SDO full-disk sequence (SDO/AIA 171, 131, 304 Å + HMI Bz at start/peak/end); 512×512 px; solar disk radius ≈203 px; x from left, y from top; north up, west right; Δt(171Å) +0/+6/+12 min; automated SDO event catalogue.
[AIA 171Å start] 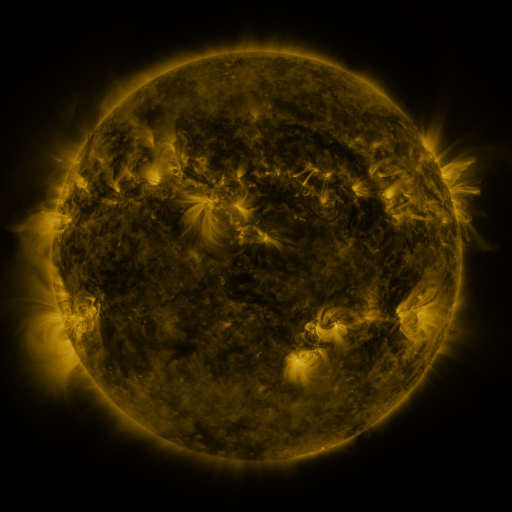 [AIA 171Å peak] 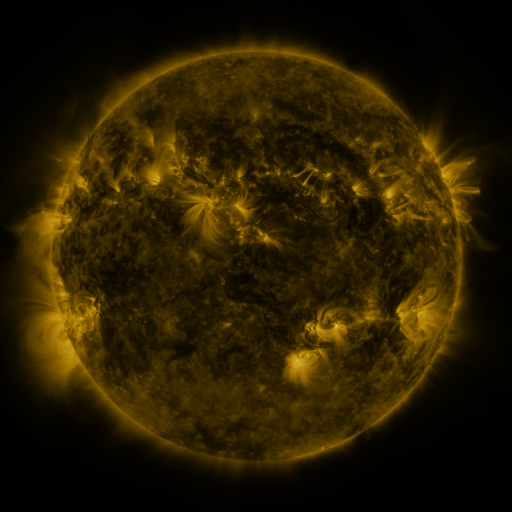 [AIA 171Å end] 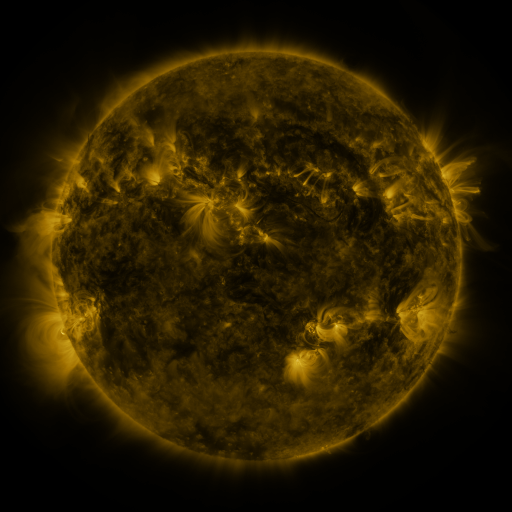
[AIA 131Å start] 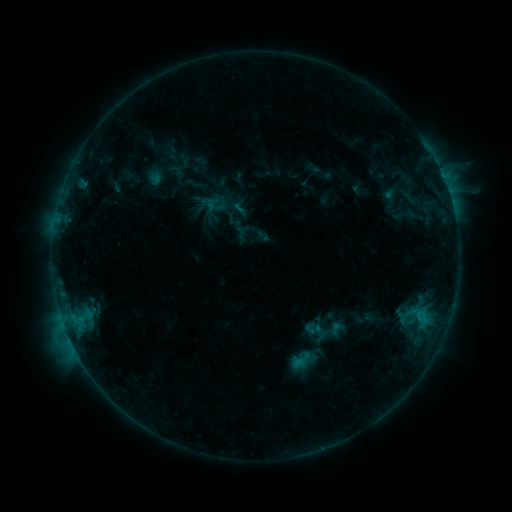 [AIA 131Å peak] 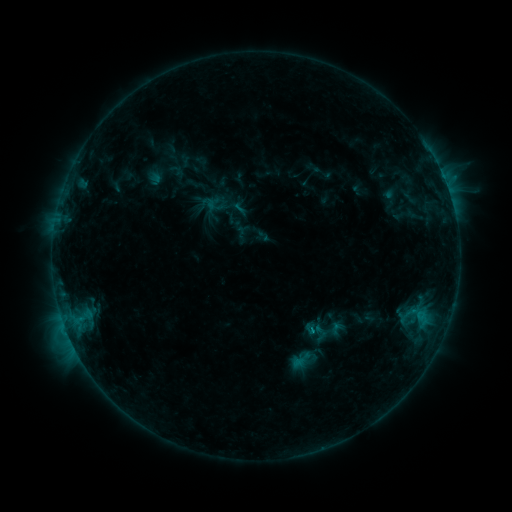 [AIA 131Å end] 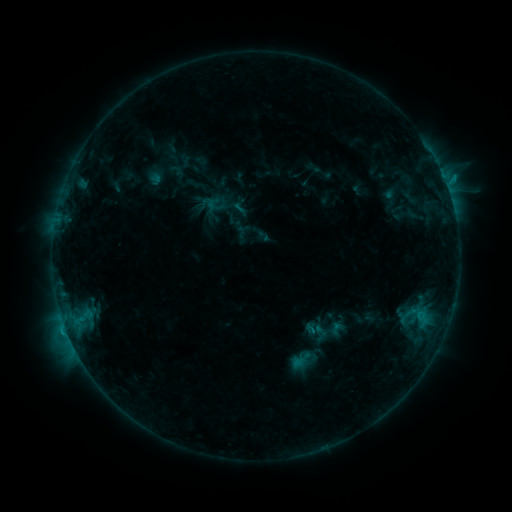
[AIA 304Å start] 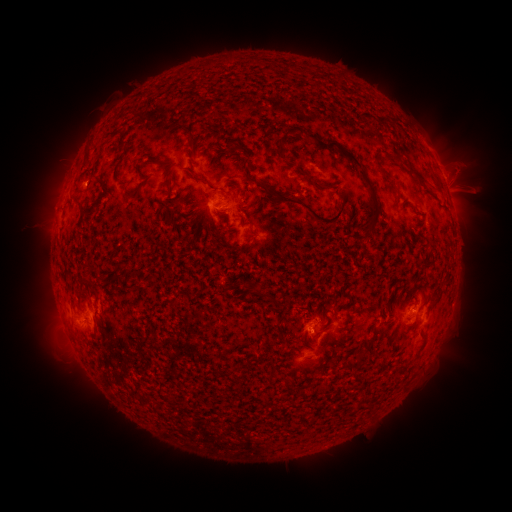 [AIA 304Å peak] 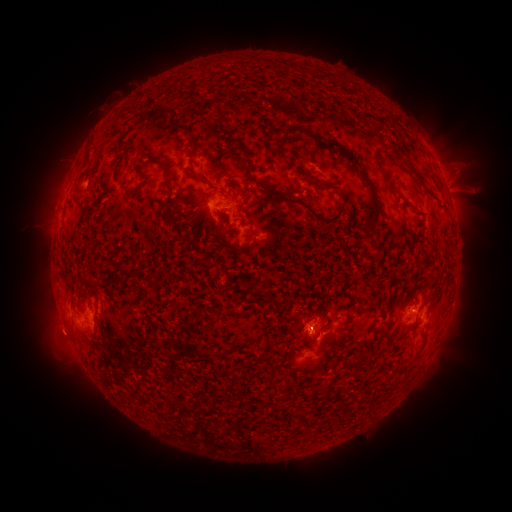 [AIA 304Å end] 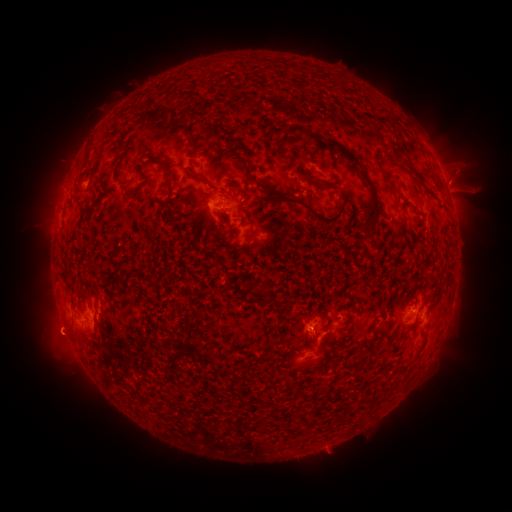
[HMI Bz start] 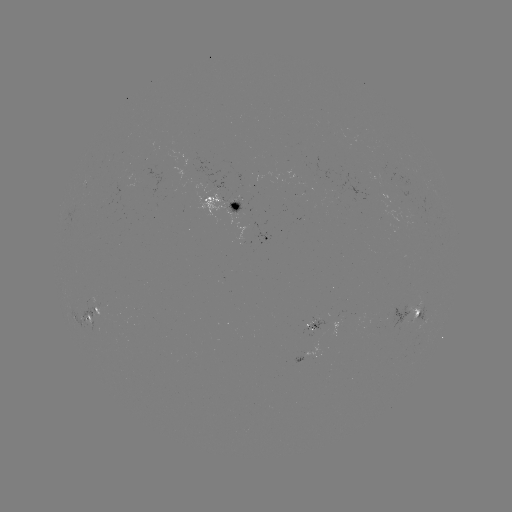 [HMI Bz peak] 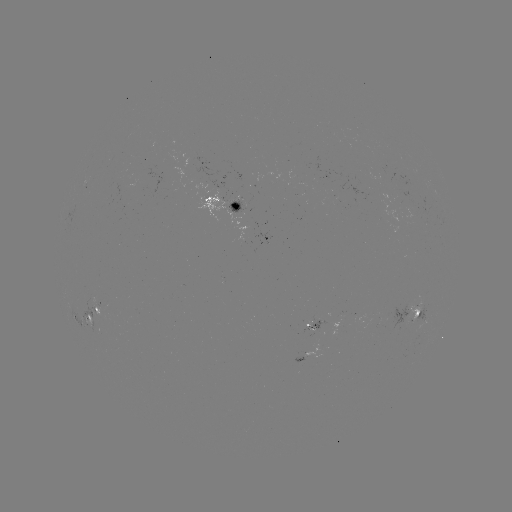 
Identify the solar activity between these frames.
eruption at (57, 336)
